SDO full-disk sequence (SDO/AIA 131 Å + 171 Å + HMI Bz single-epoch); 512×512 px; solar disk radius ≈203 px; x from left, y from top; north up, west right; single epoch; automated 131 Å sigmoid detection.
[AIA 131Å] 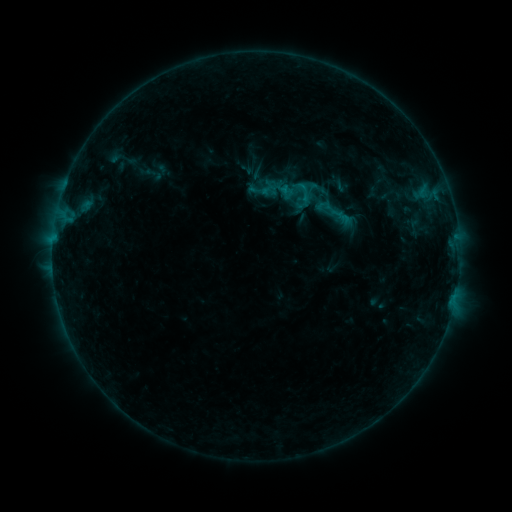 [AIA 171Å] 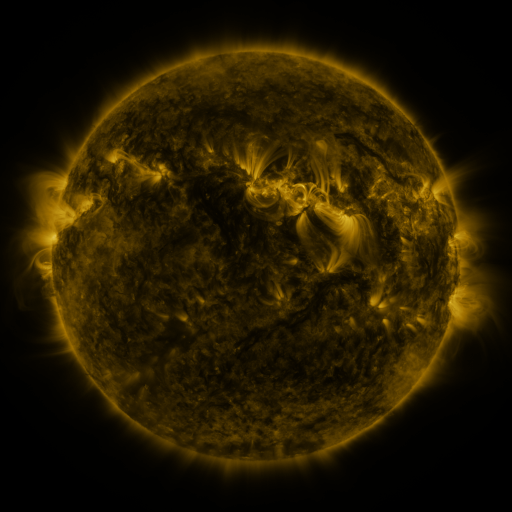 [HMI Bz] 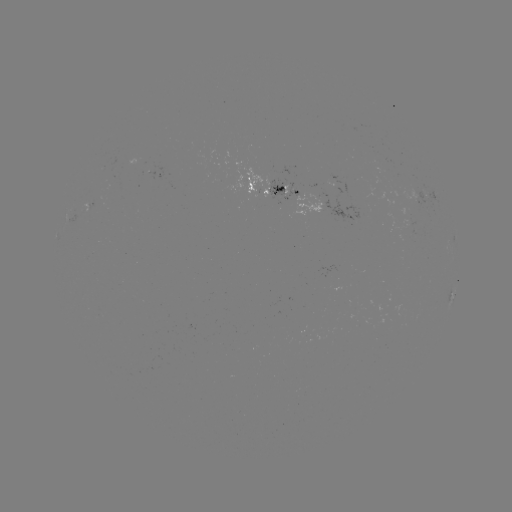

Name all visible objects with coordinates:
sigmoid: (330, 209)
